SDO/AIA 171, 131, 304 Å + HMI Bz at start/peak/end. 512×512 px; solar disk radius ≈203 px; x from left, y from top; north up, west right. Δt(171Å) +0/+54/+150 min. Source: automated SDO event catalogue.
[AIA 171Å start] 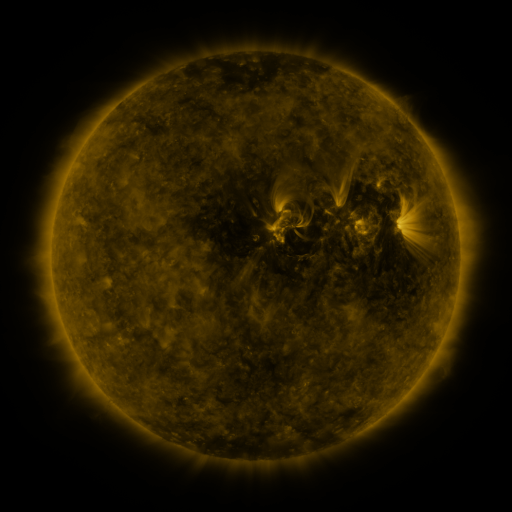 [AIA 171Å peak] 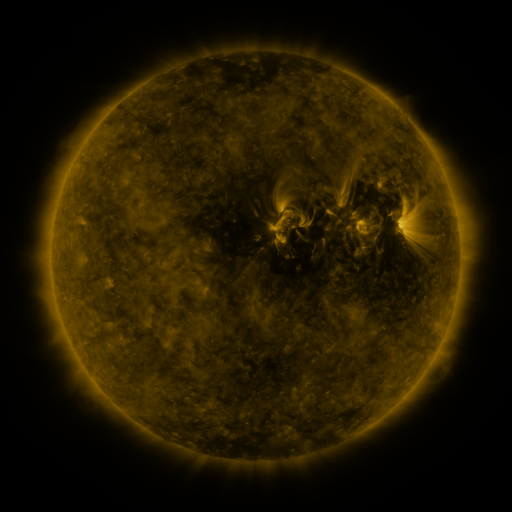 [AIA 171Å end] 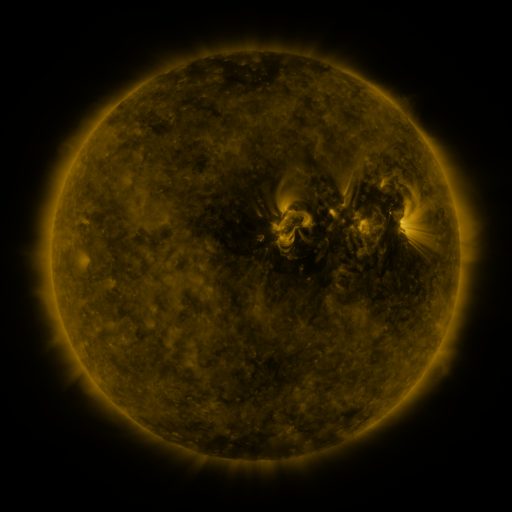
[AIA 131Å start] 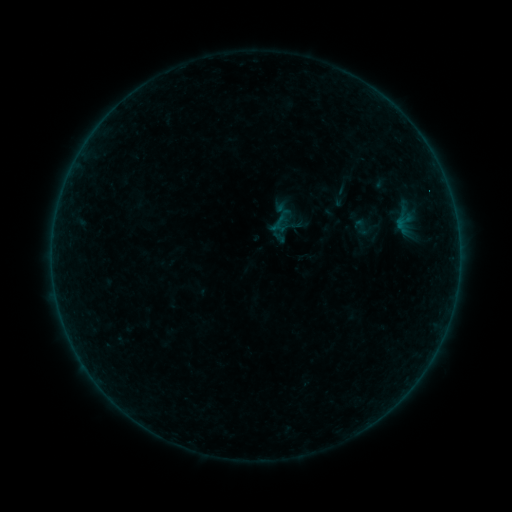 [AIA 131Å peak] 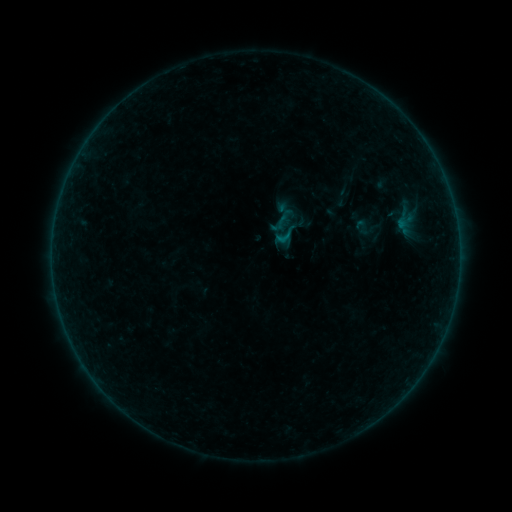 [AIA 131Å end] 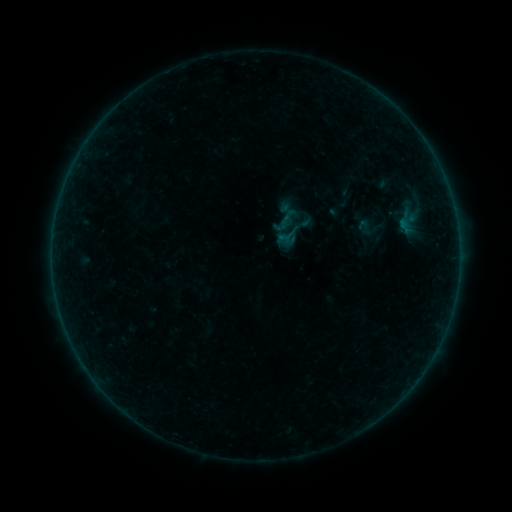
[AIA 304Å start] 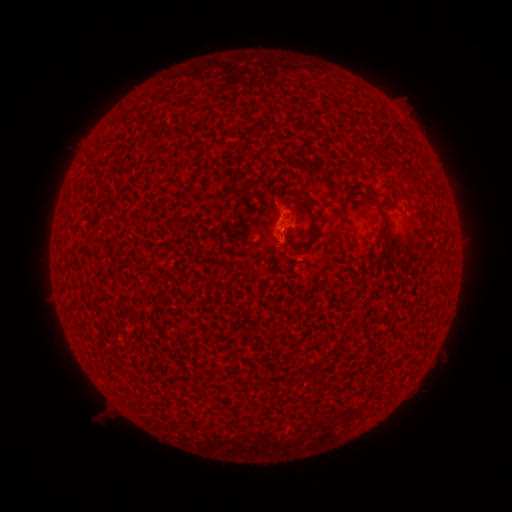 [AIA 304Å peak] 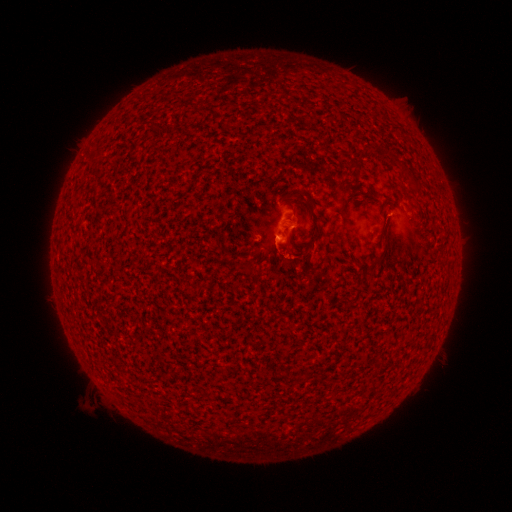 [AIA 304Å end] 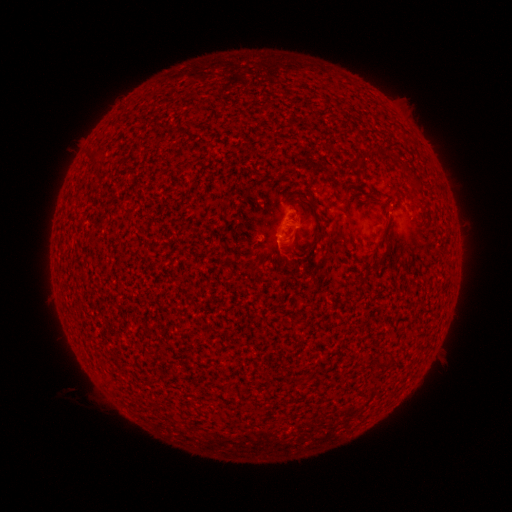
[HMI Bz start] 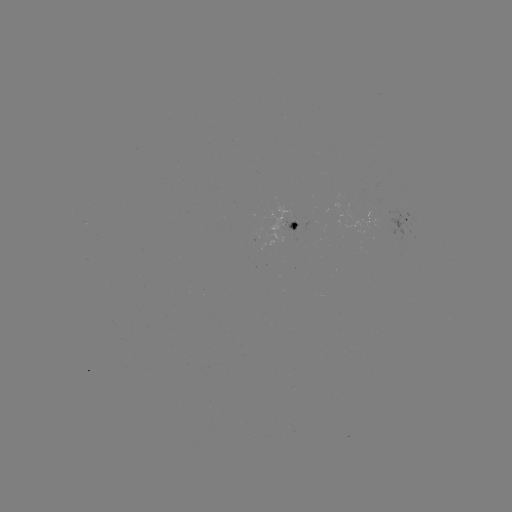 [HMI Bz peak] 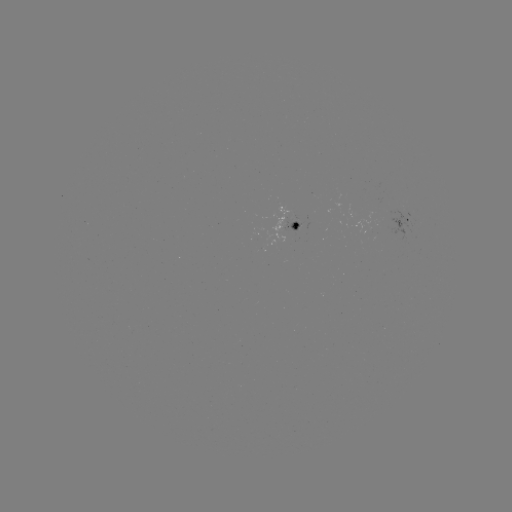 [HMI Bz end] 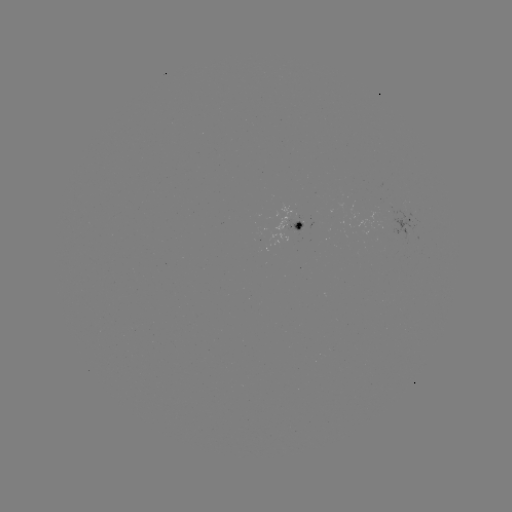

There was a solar flare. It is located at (284, 238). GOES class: B3.5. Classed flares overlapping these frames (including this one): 1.